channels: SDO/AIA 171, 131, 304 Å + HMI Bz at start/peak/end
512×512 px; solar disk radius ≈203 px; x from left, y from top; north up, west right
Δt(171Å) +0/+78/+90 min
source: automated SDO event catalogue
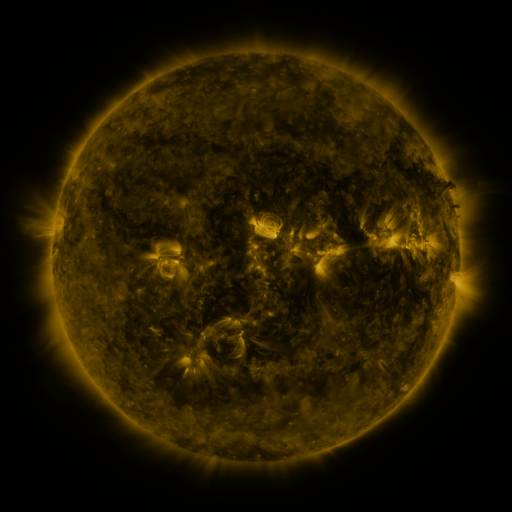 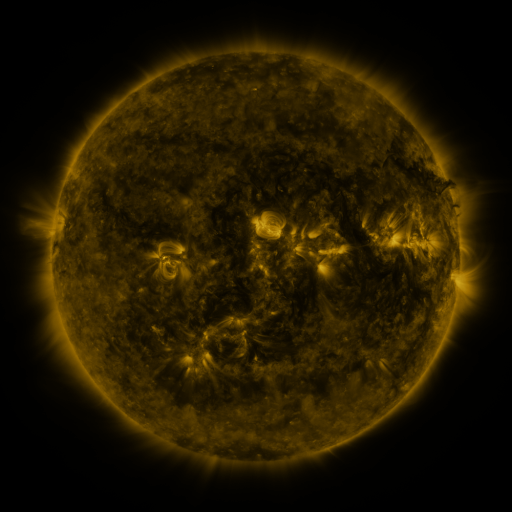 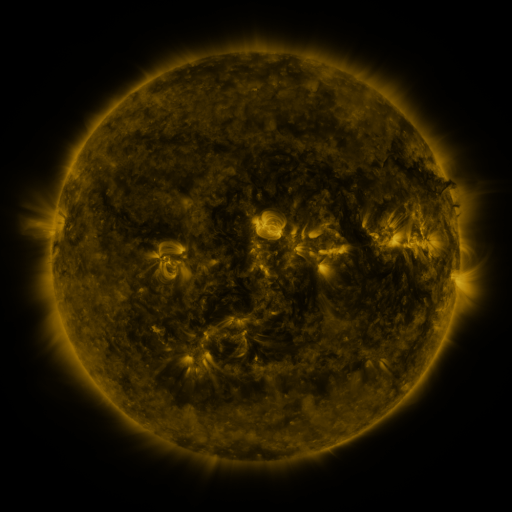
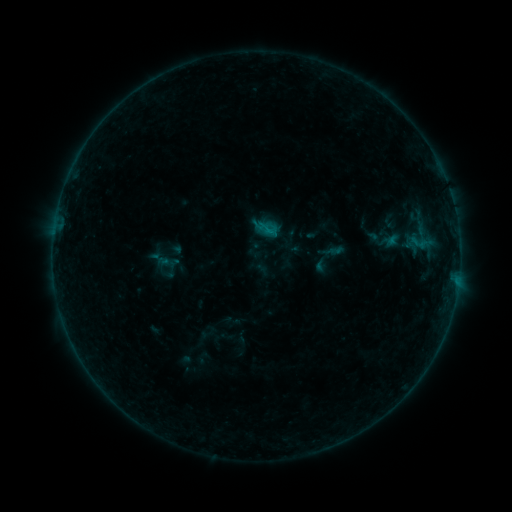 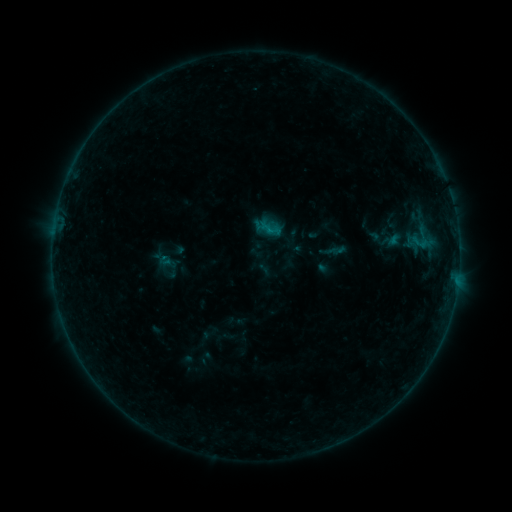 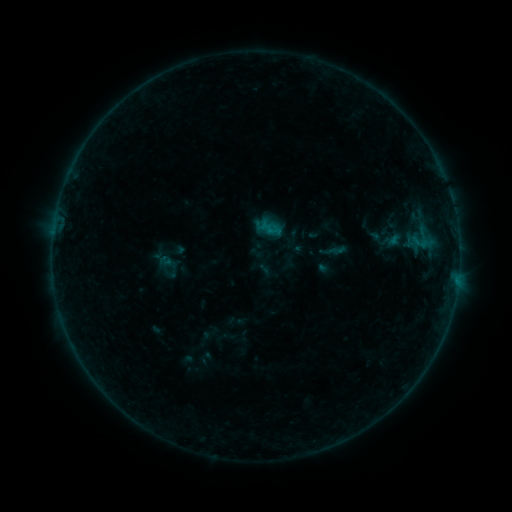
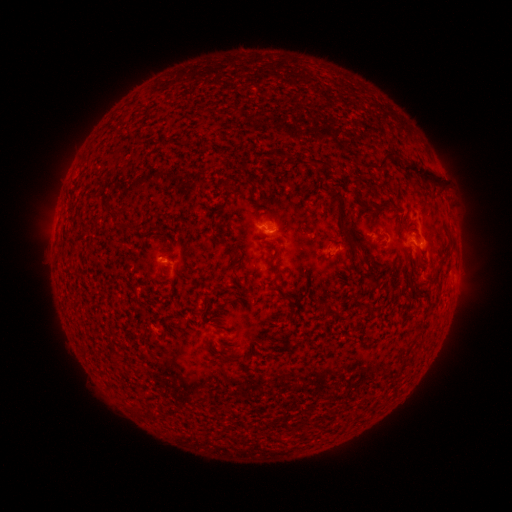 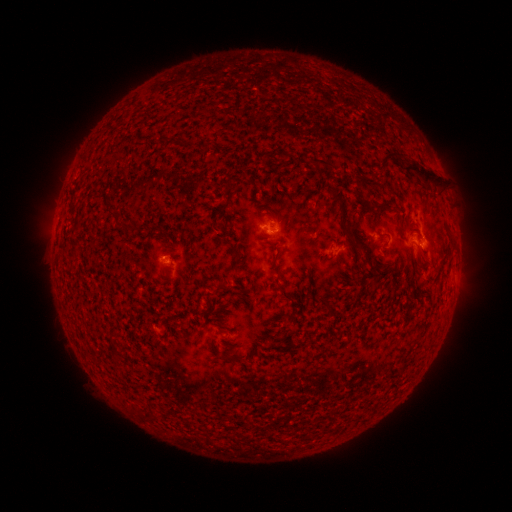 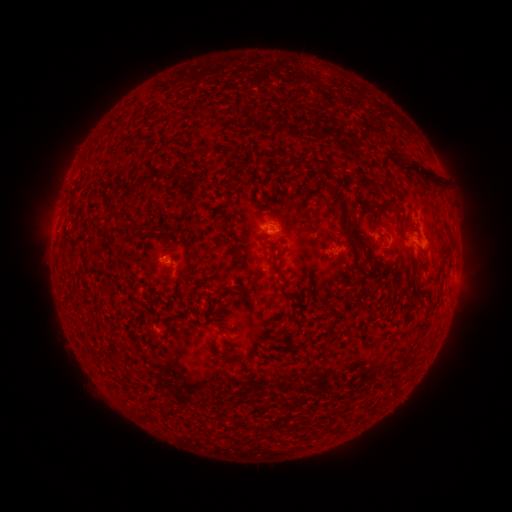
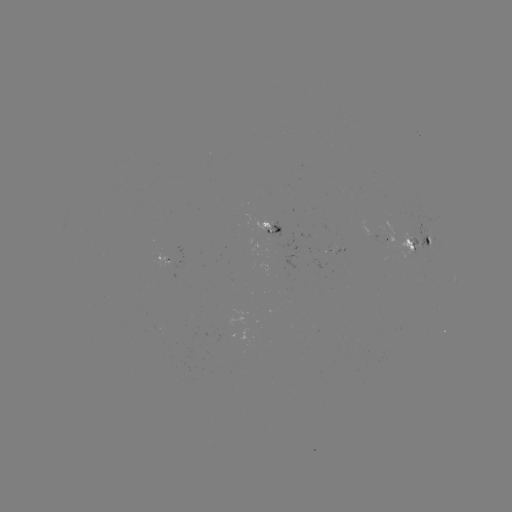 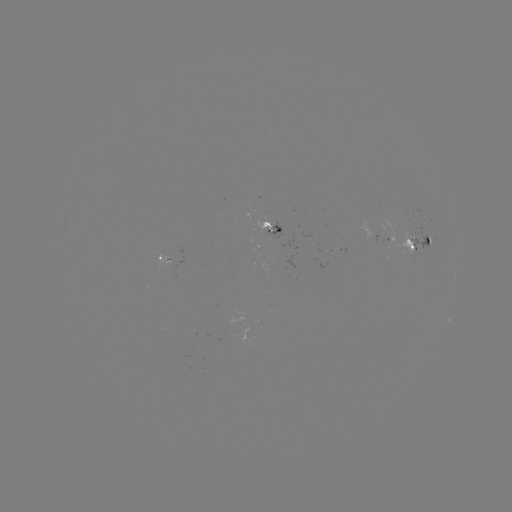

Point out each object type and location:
emerging-flux region: (157, 331)
